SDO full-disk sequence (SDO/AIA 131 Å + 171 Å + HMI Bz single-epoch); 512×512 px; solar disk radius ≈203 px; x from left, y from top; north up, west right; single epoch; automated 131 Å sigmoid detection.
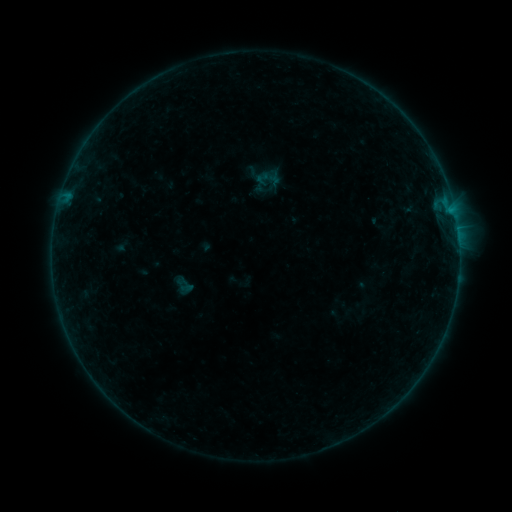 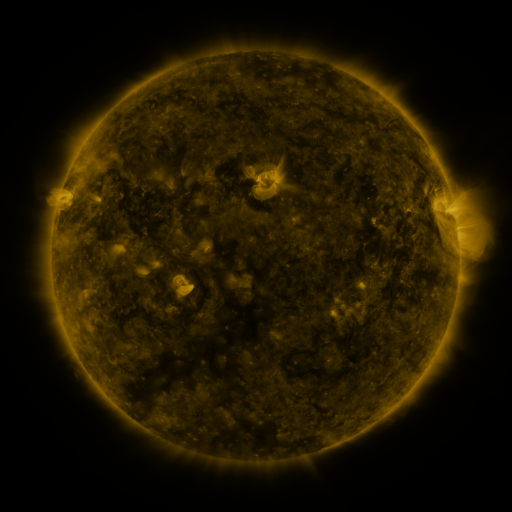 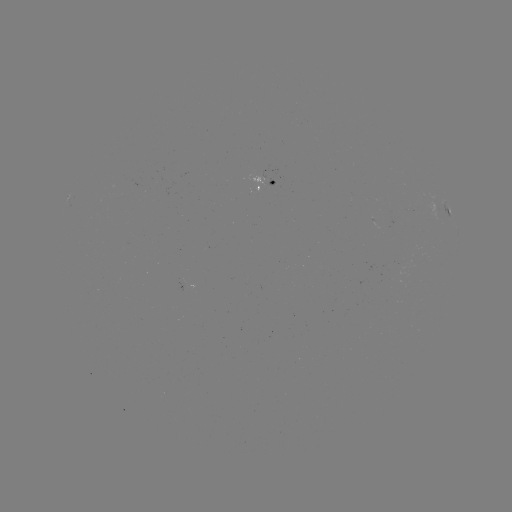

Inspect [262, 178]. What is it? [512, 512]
sigmoid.